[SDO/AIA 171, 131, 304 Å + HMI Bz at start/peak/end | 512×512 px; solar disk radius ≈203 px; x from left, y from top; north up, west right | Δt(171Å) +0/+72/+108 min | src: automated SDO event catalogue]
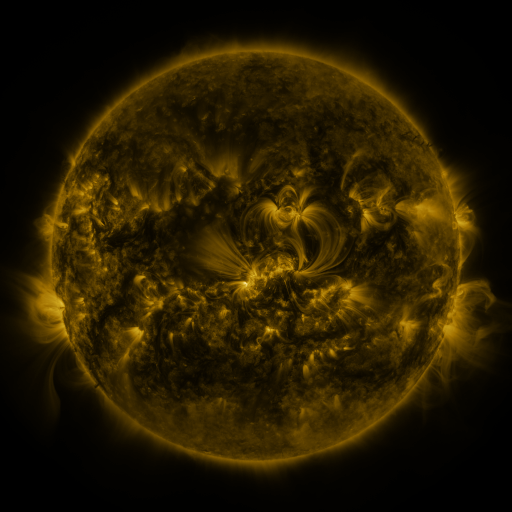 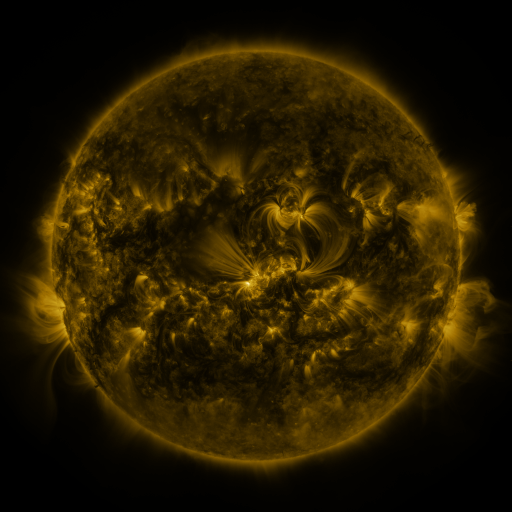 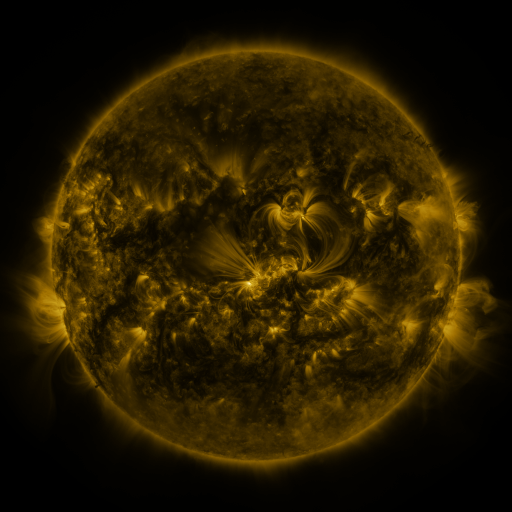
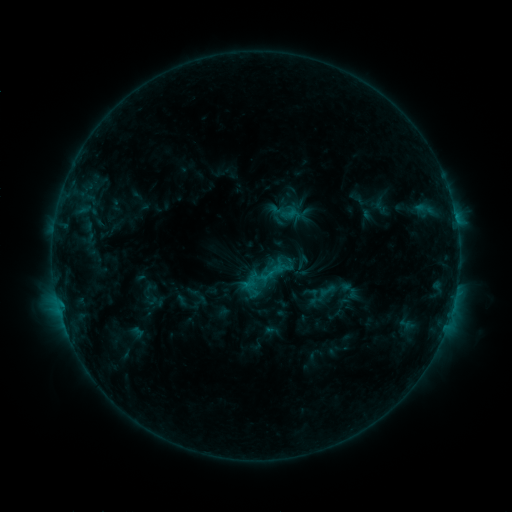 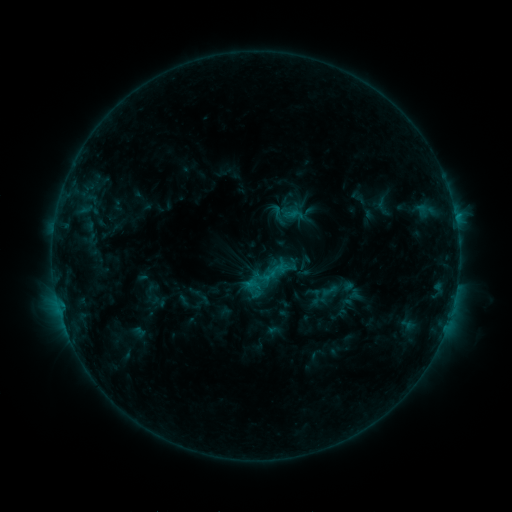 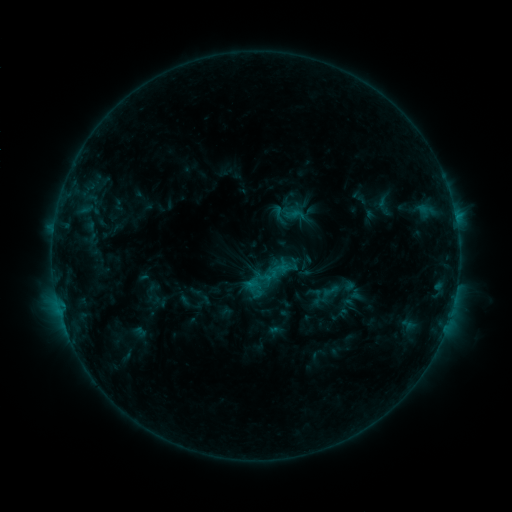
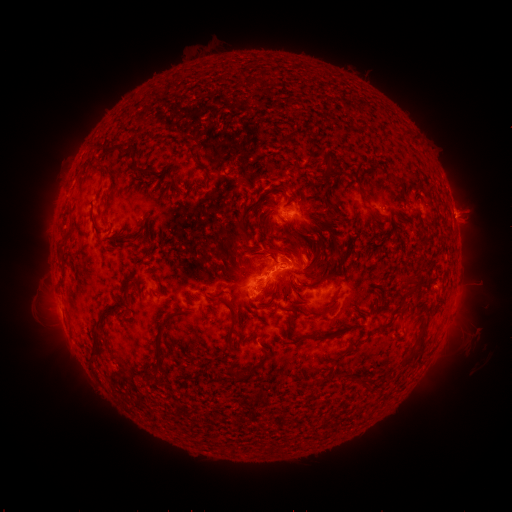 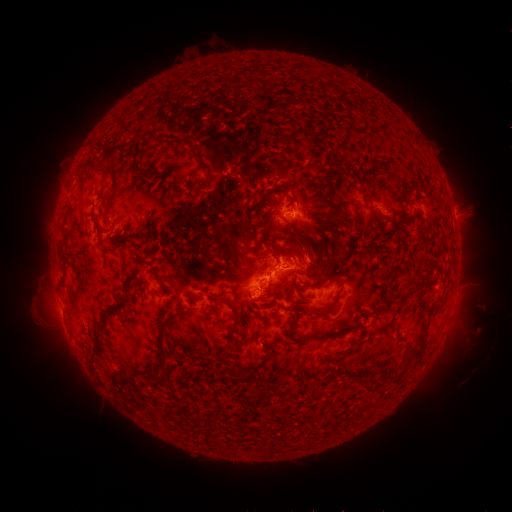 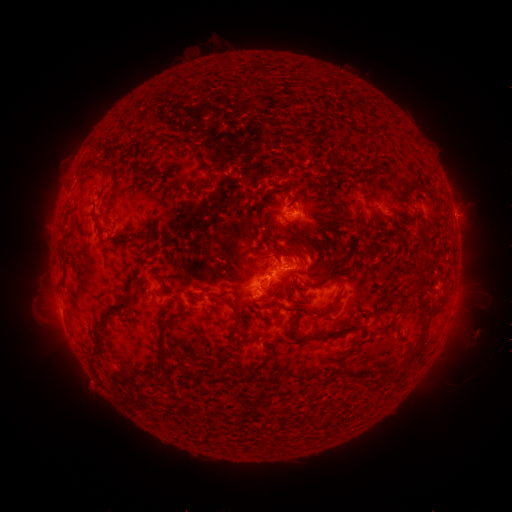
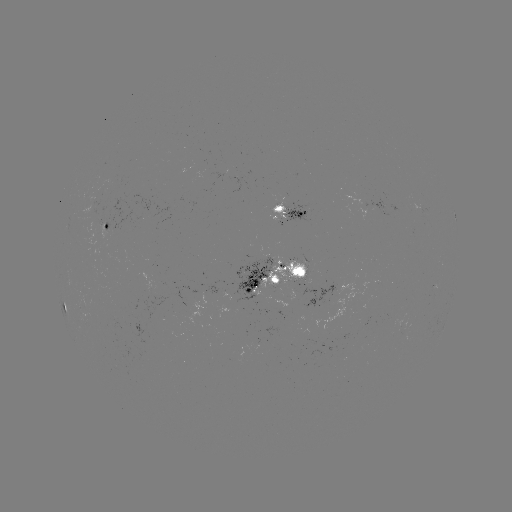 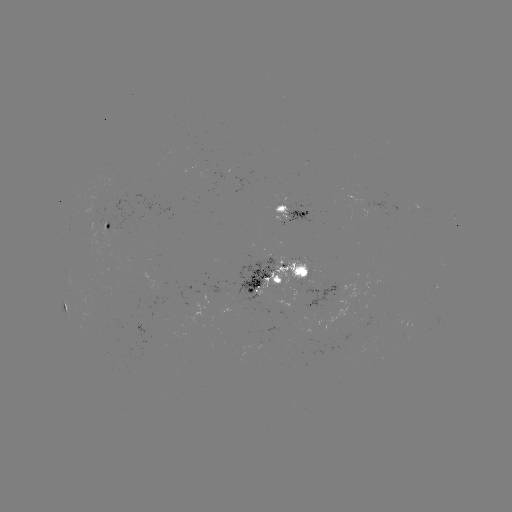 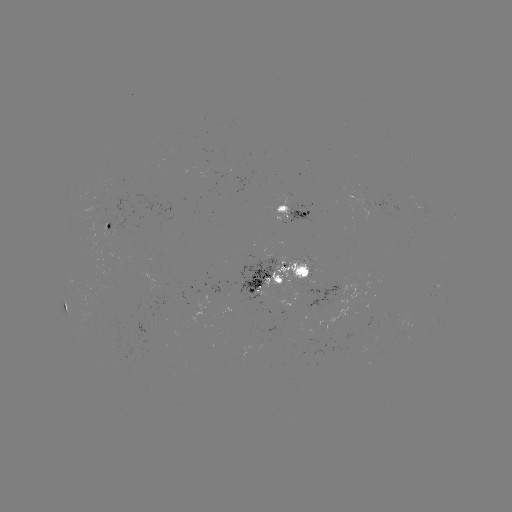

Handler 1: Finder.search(emerging-flux region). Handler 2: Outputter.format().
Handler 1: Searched emerging-flux region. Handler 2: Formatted (313, 265).